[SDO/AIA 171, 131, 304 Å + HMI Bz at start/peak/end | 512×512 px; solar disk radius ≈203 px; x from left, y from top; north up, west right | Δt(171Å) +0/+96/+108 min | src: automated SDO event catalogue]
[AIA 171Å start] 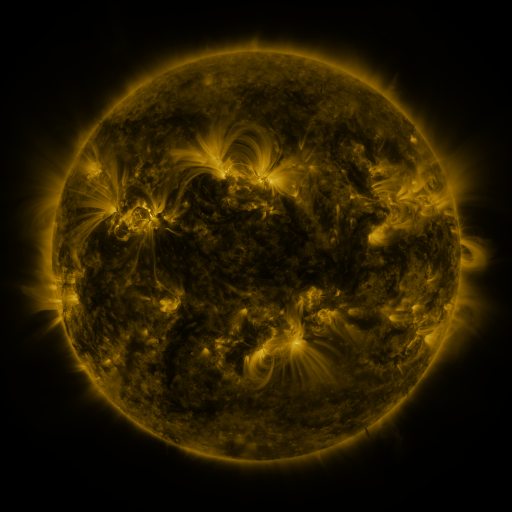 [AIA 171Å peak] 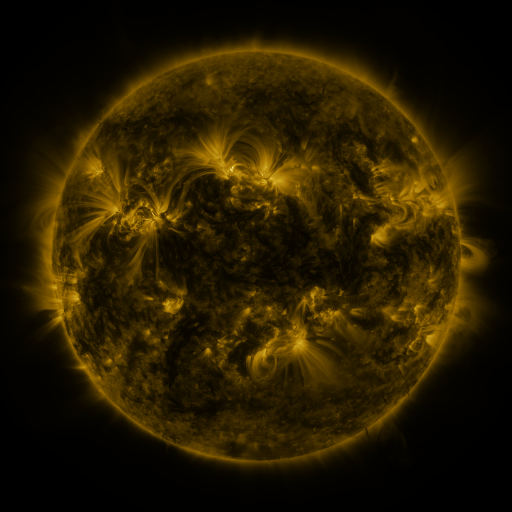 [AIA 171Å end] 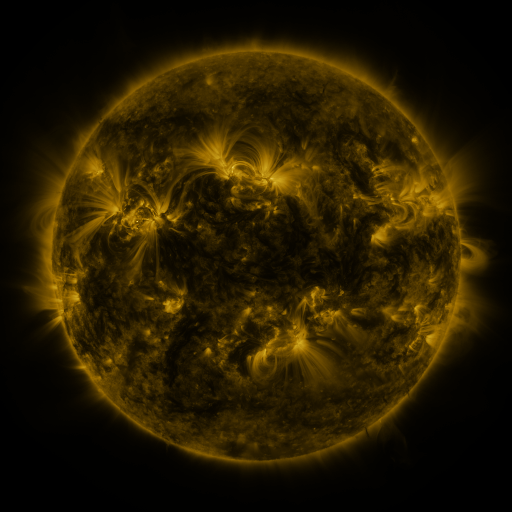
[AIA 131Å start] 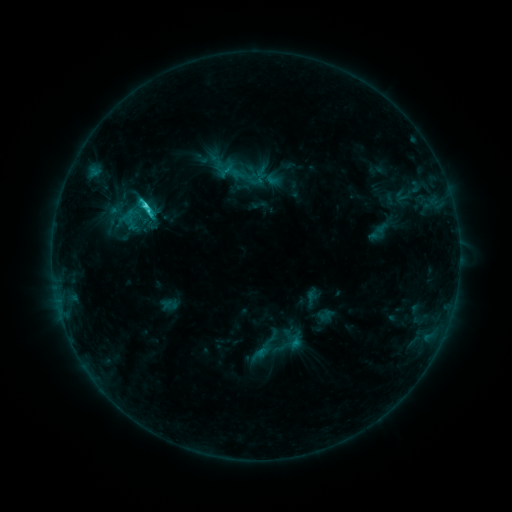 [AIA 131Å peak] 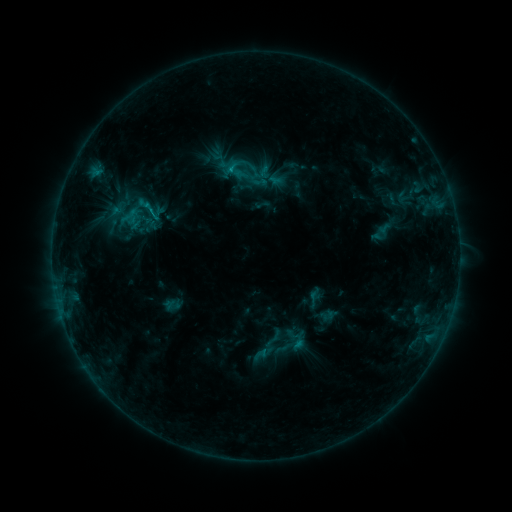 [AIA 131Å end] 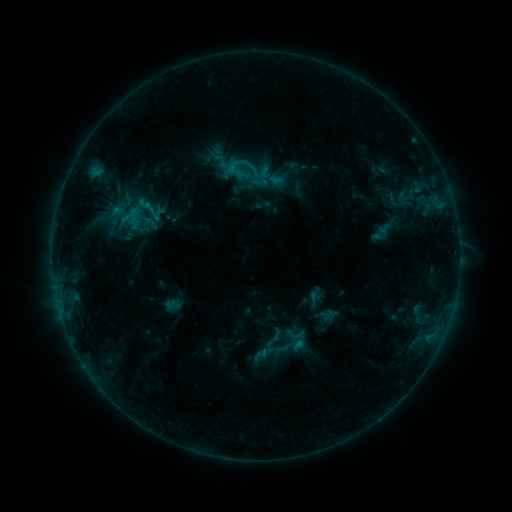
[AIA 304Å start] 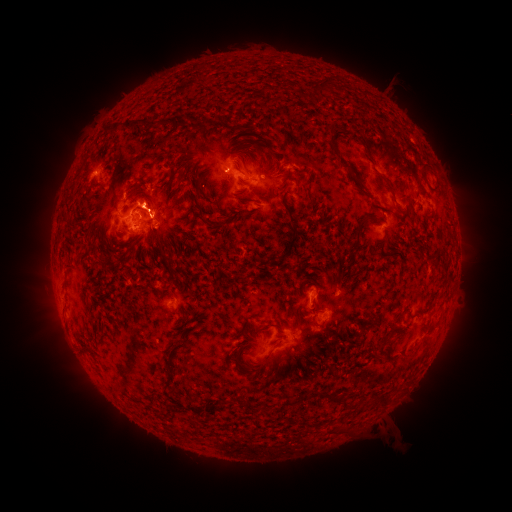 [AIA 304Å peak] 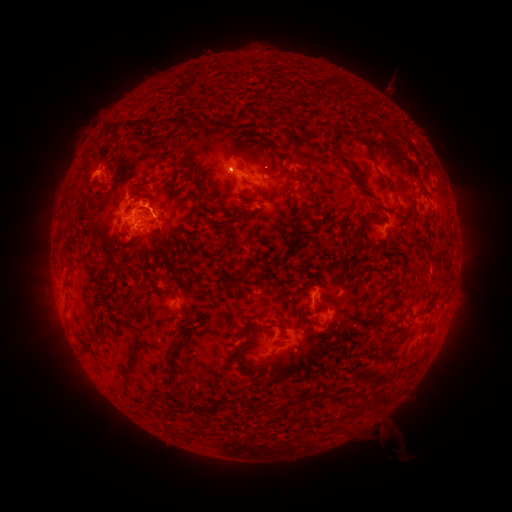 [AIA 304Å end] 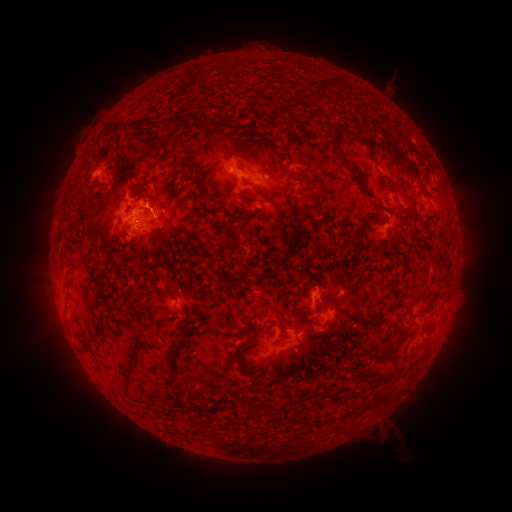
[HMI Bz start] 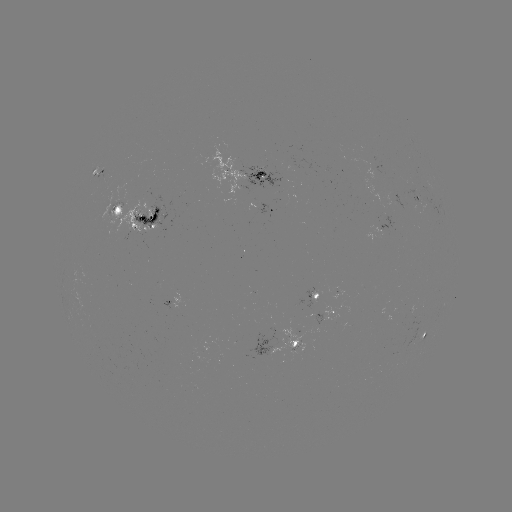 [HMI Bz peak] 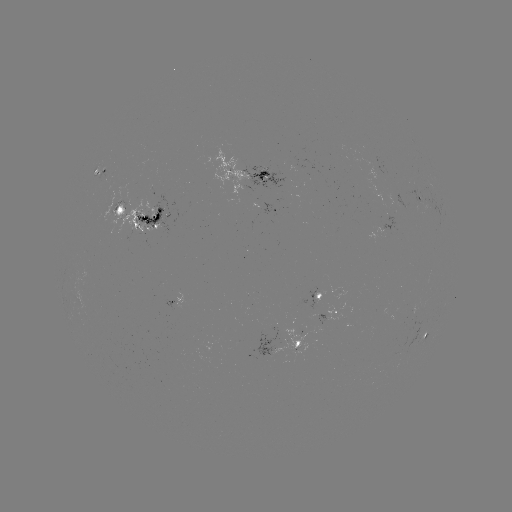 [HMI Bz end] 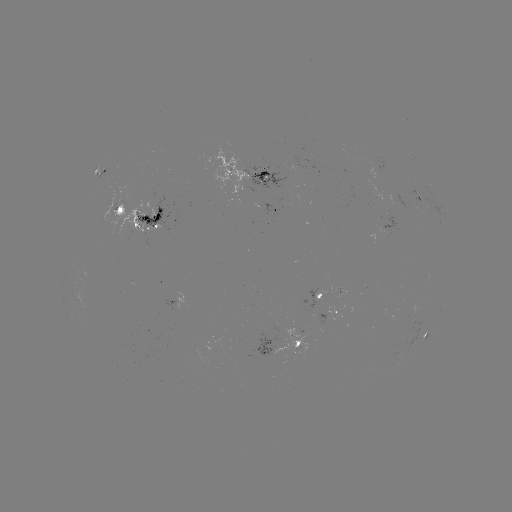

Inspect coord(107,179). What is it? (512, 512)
emerging-flux region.